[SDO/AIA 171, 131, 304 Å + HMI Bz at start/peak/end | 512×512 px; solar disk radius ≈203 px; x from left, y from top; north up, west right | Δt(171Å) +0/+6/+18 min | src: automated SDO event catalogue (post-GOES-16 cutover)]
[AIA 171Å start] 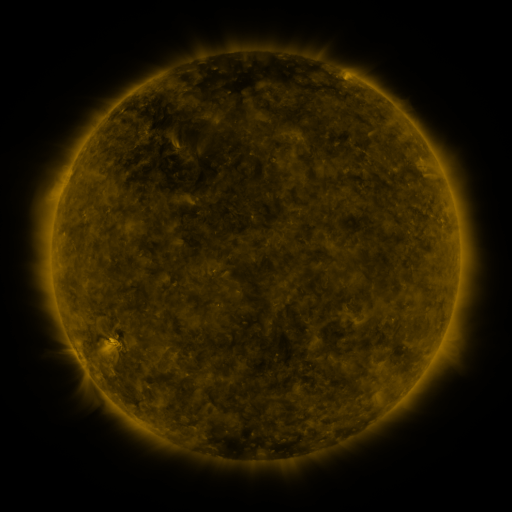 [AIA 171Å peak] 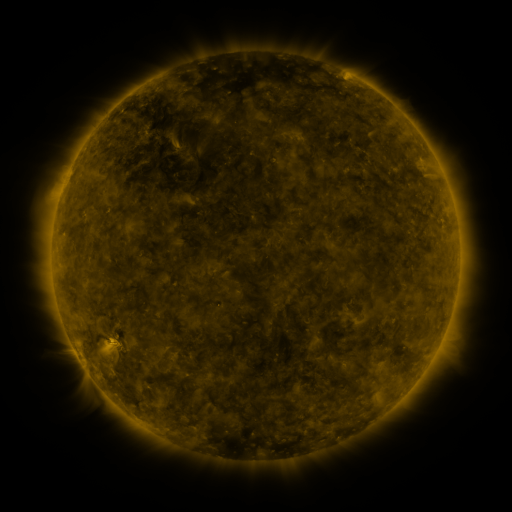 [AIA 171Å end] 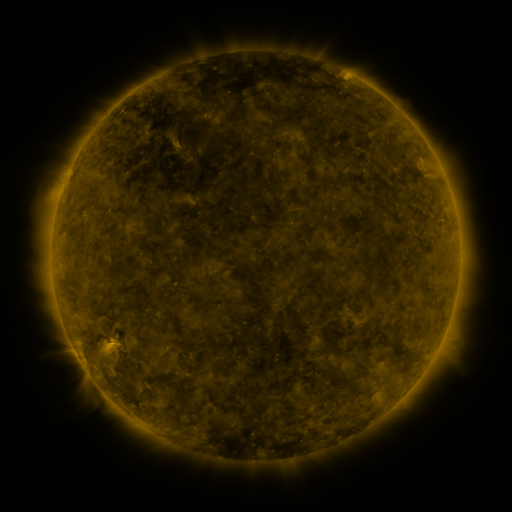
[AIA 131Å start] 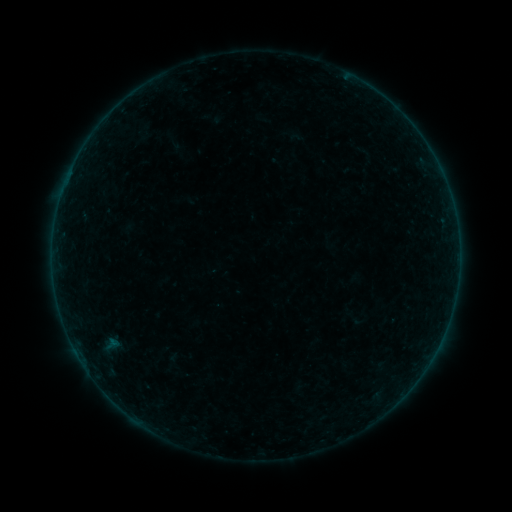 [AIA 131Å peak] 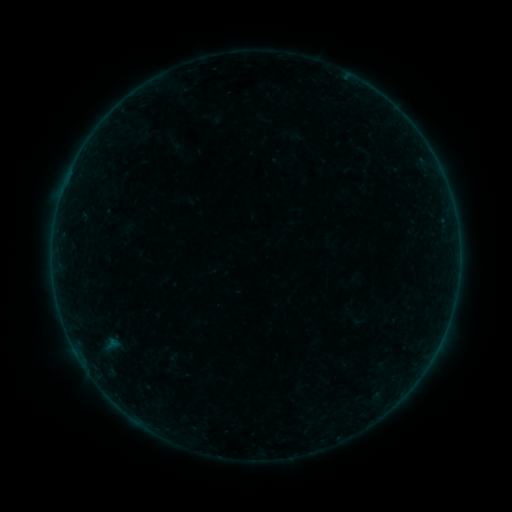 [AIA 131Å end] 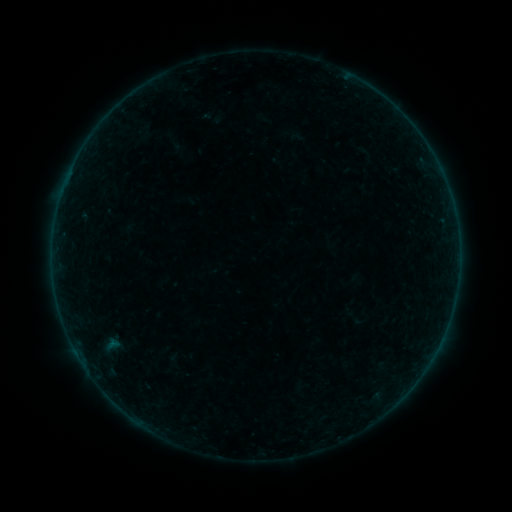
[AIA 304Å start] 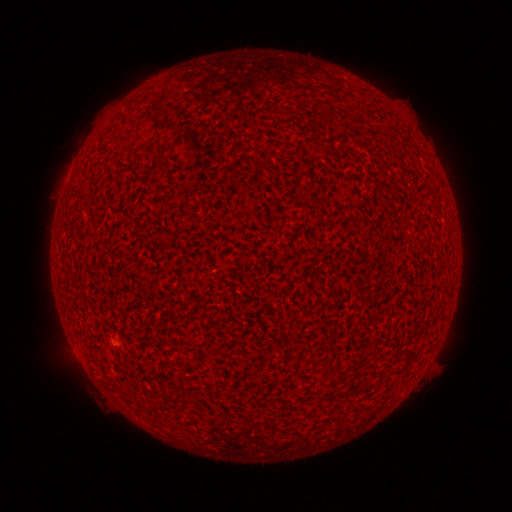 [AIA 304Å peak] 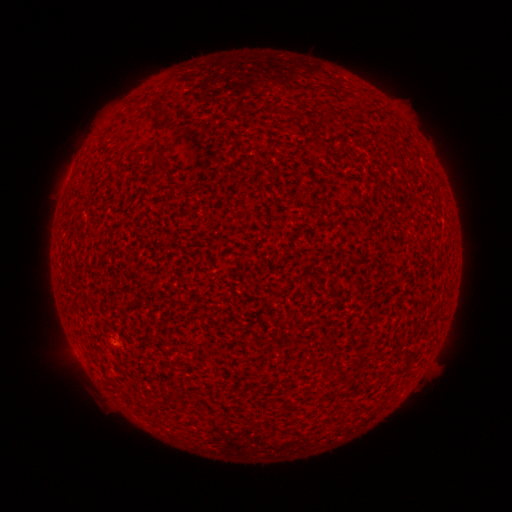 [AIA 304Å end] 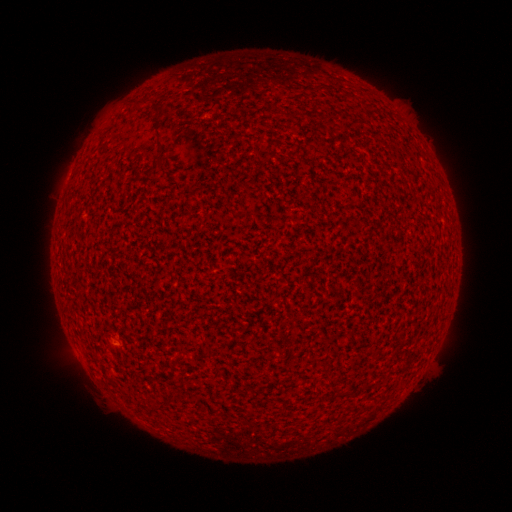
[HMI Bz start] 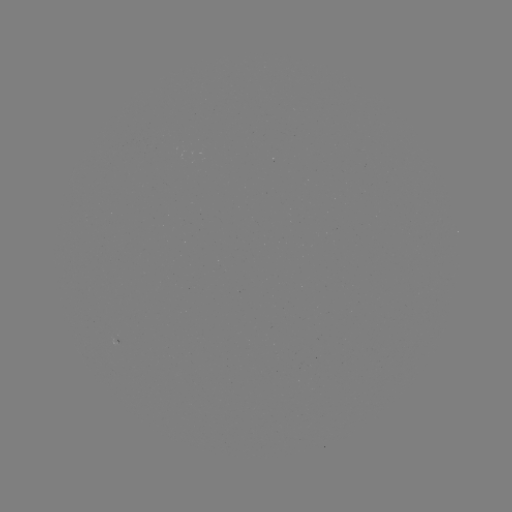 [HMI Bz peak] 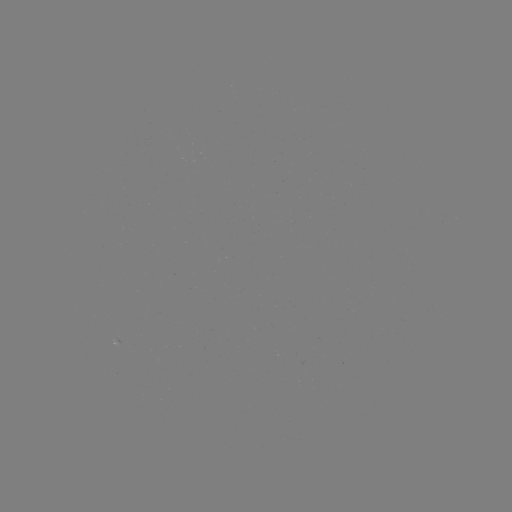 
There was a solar flare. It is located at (117, 345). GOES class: A1.7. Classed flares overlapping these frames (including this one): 1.